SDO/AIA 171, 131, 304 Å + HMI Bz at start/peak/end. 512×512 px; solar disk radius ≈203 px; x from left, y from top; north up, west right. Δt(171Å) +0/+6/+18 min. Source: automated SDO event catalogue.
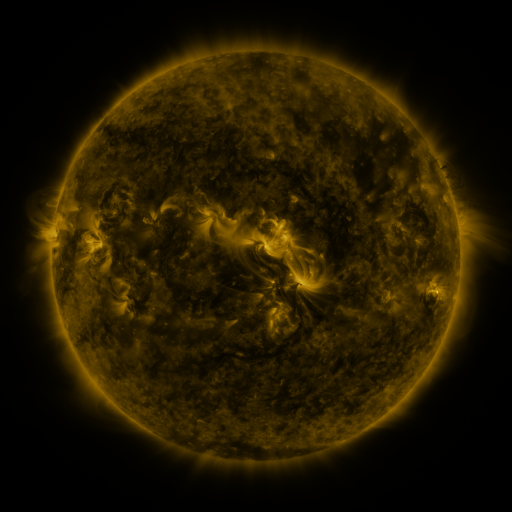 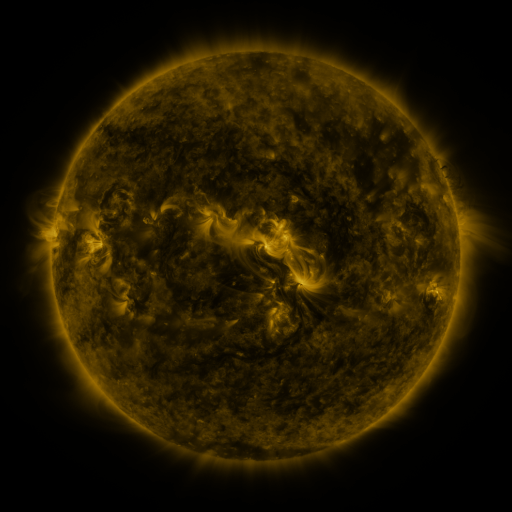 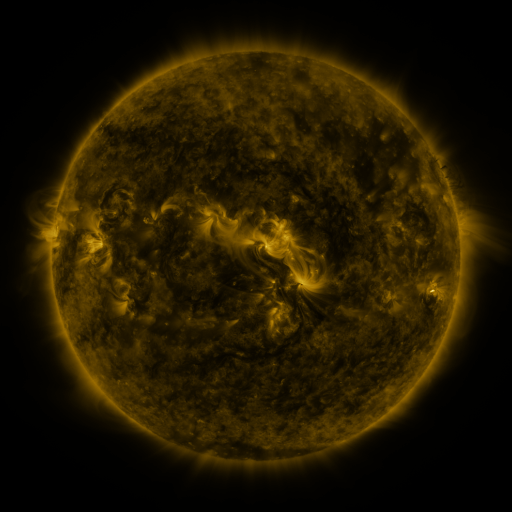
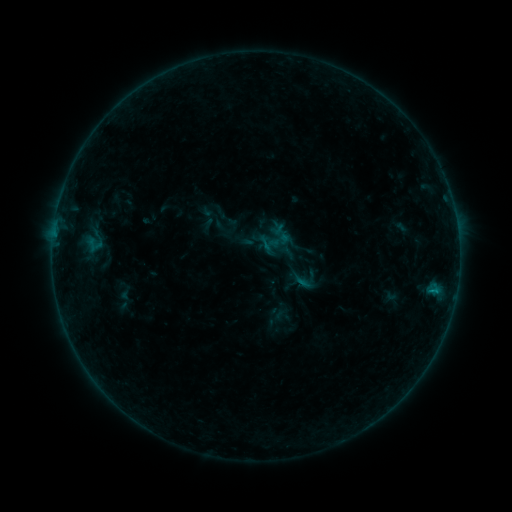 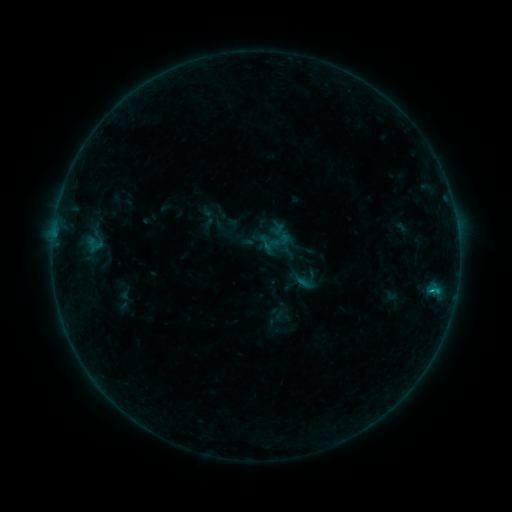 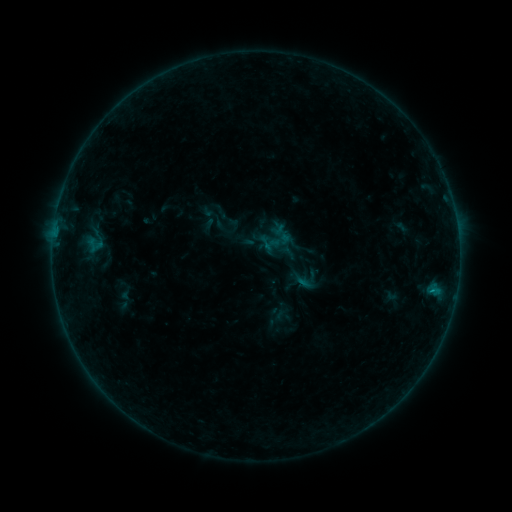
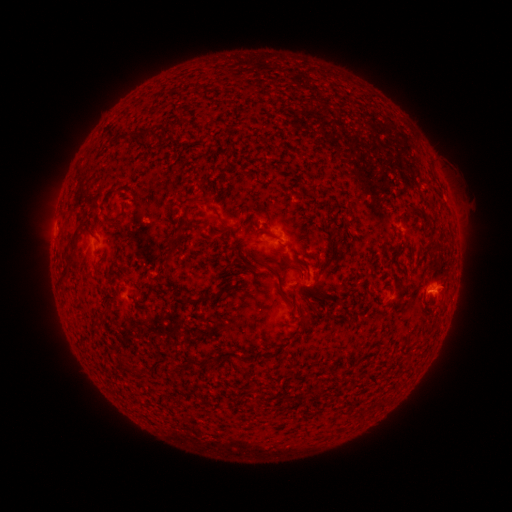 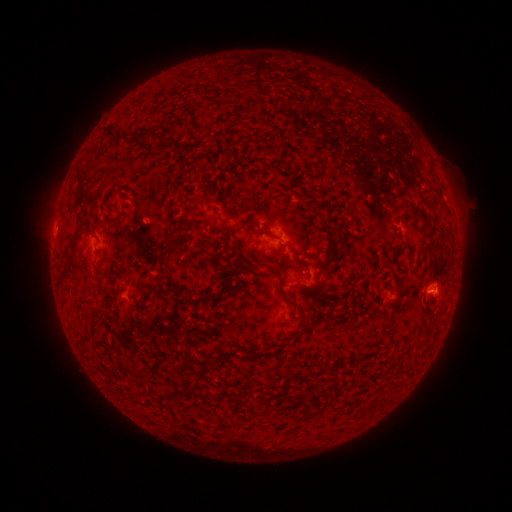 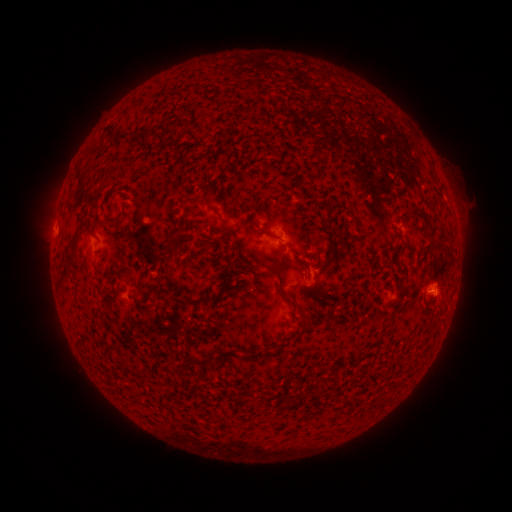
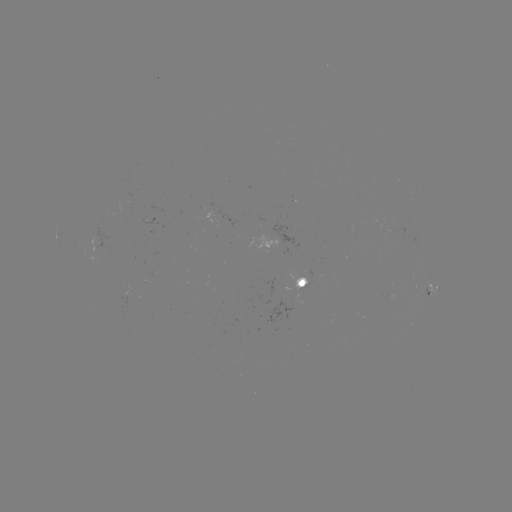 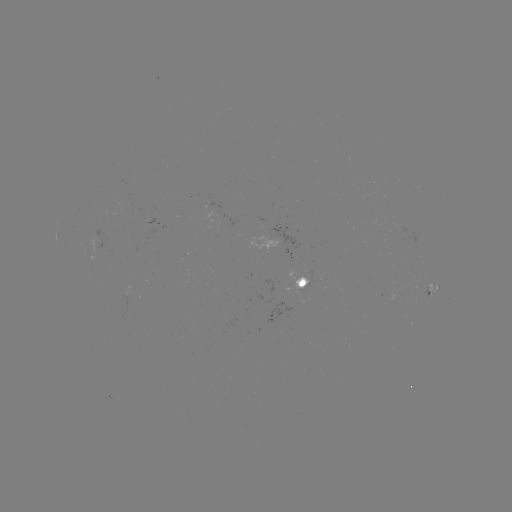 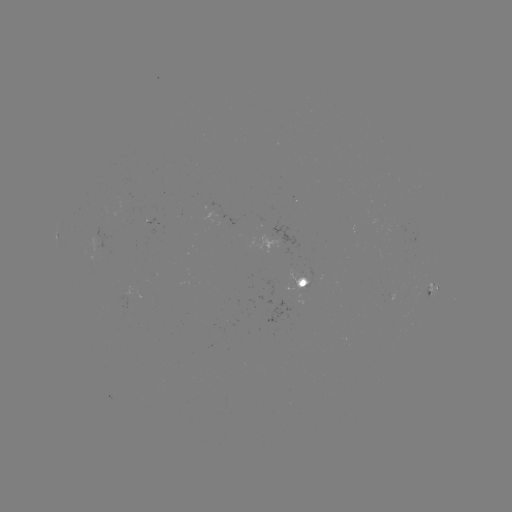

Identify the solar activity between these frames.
B4.0 flare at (432, 290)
